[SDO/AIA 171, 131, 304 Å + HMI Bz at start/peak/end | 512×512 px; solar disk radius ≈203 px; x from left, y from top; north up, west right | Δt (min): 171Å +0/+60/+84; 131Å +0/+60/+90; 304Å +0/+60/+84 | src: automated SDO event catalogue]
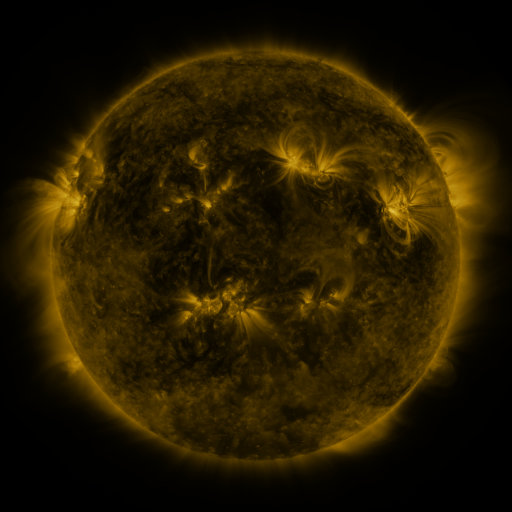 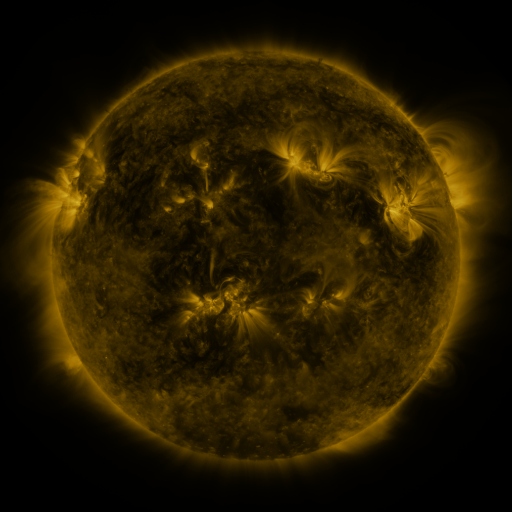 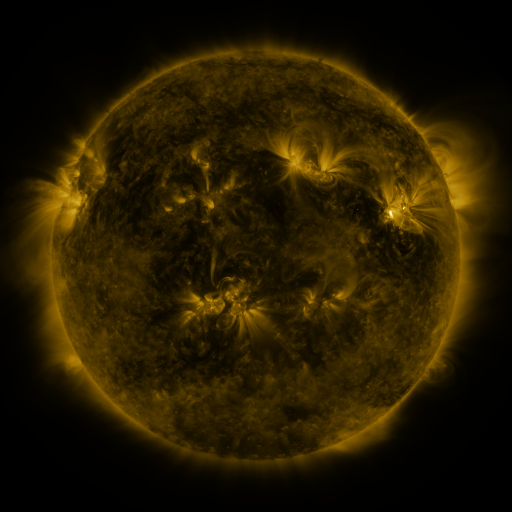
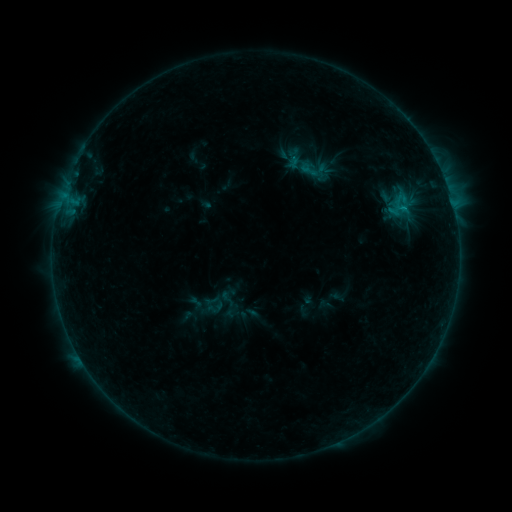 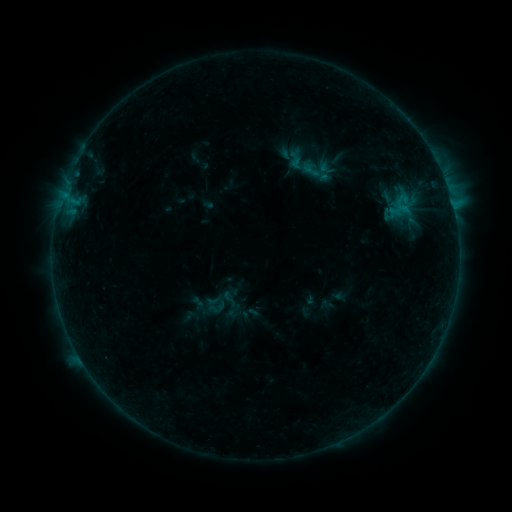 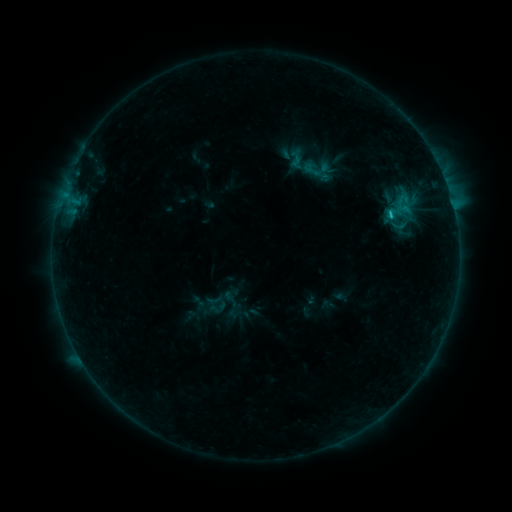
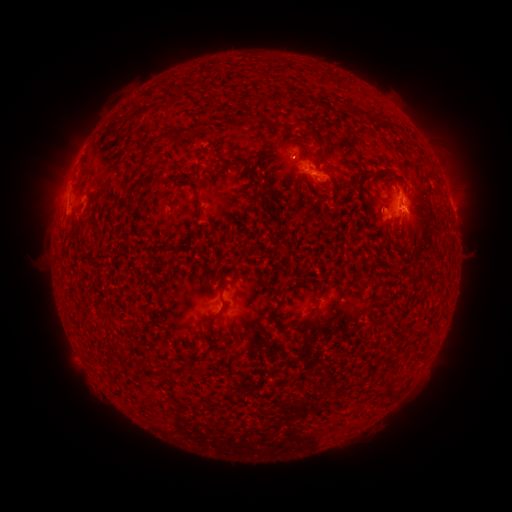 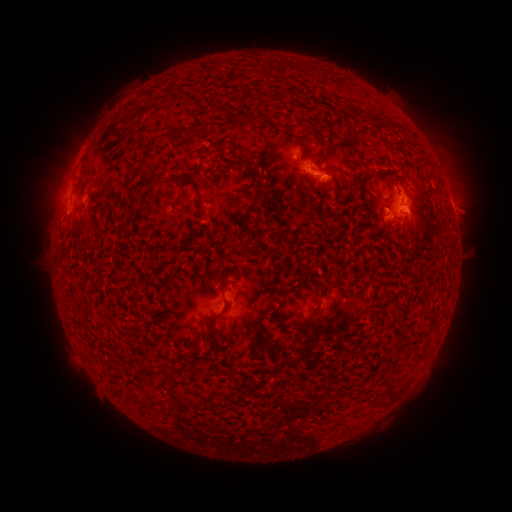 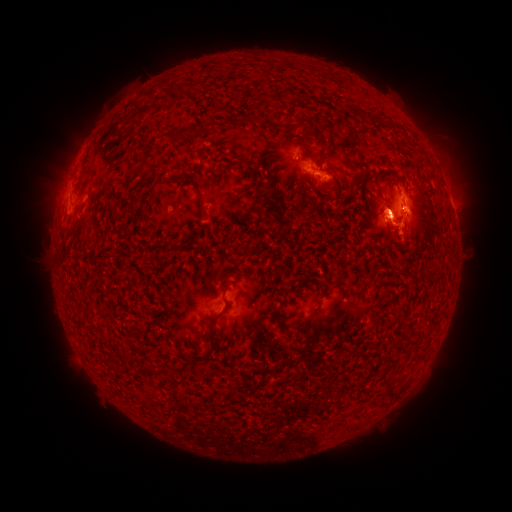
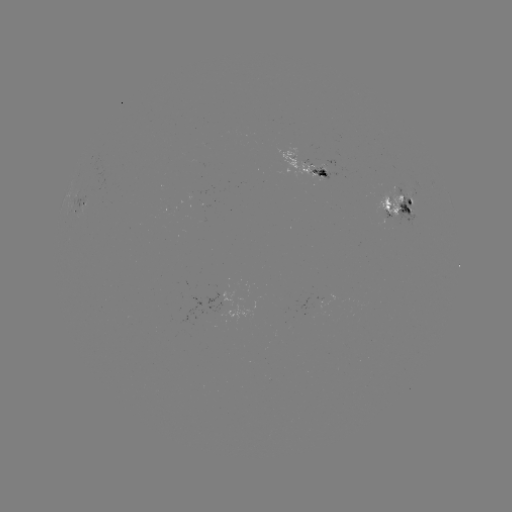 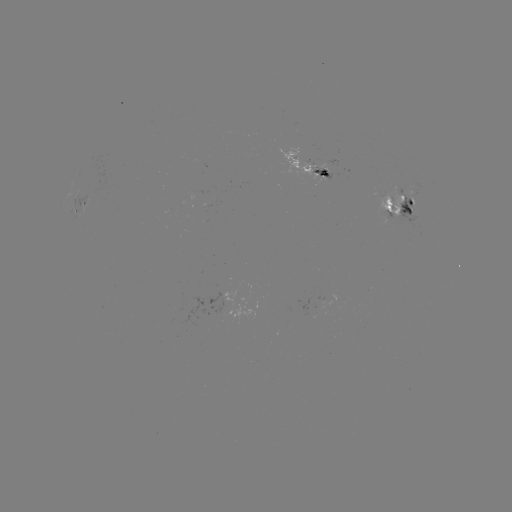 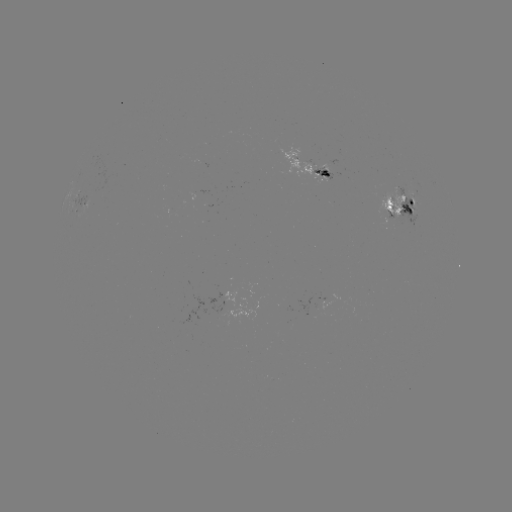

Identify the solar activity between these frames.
emerging-flux region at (318, 171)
